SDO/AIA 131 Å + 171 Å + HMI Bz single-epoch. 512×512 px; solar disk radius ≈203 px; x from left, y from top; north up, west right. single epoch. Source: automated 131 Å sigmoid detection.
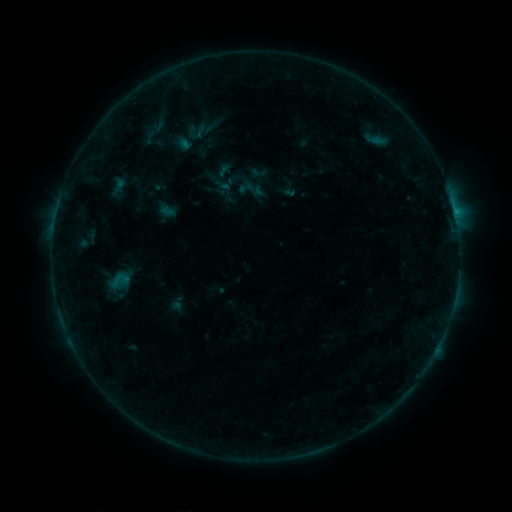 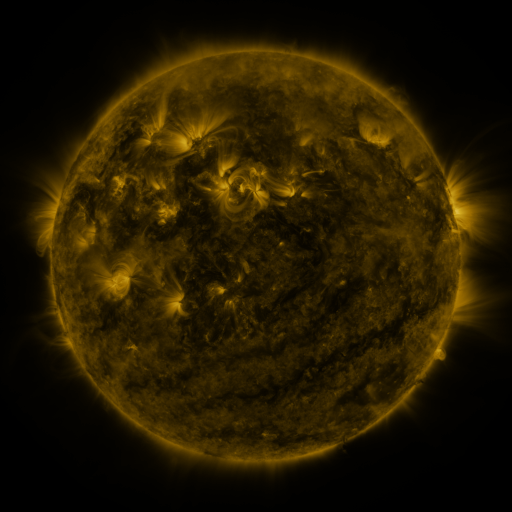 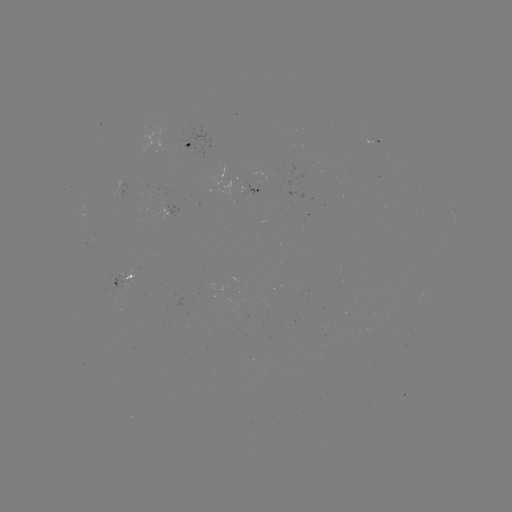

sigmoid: <bbox>185, 121, 207, 143</bbox>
